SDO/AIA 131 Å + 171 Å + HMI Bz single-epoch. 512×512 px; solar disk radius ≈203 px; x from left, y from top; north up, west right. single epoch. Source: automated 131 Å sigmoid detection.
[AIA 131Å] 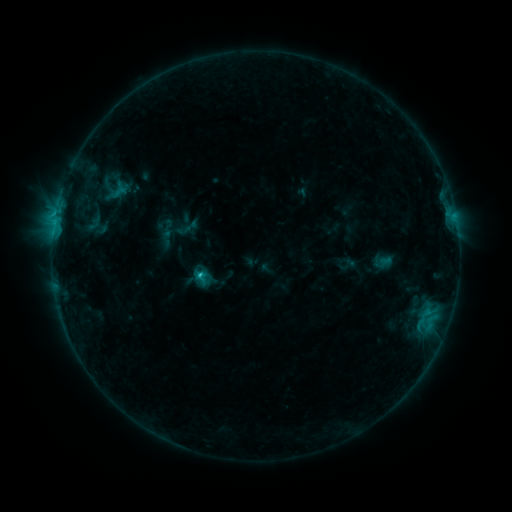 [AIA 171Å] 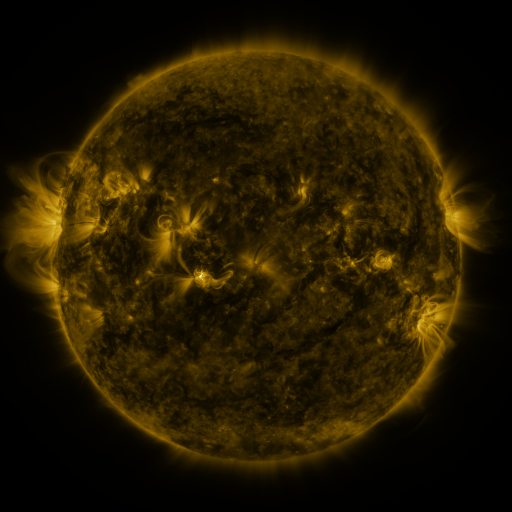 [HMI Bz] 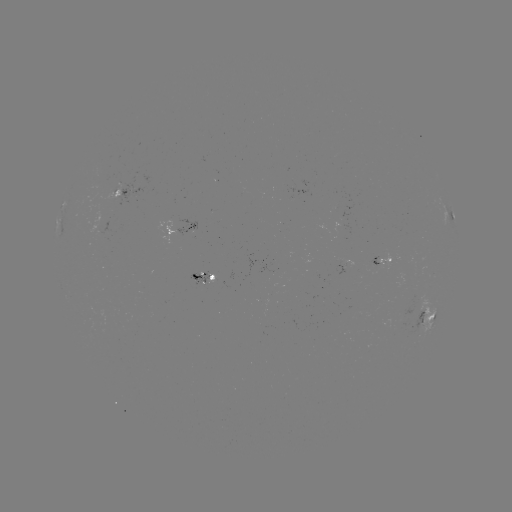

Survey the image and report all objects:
sigmoid: [86, 214, 103, 232]
